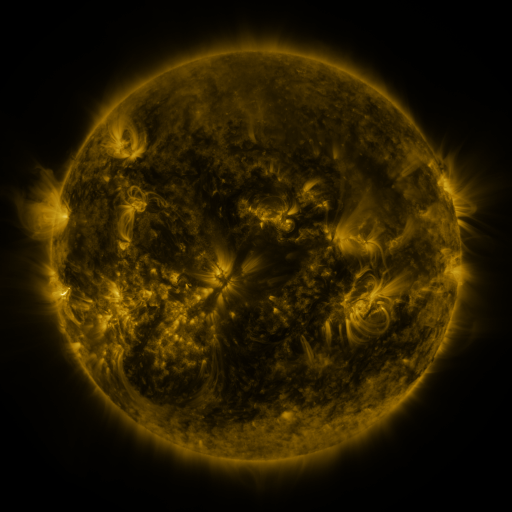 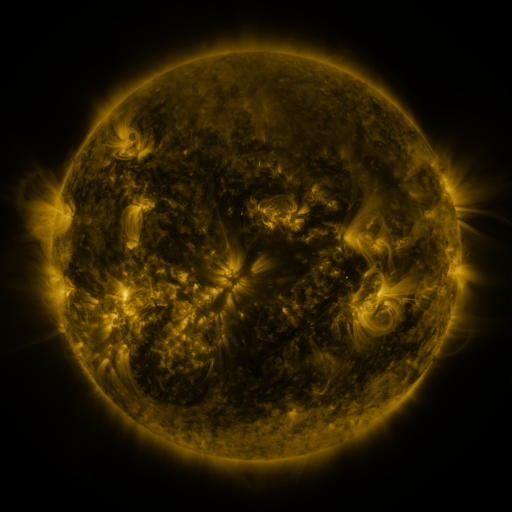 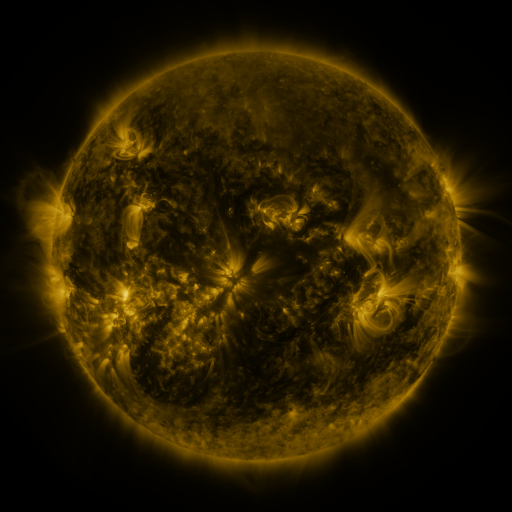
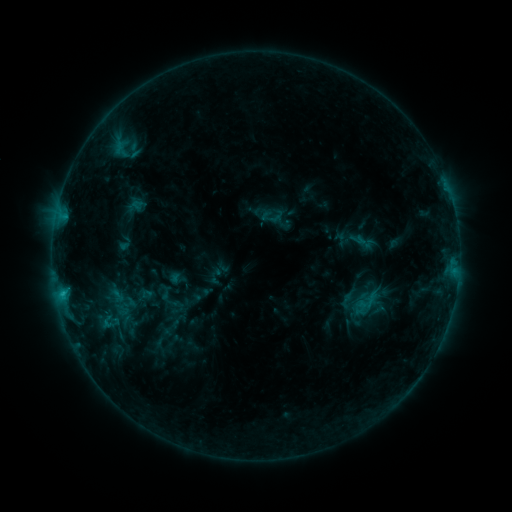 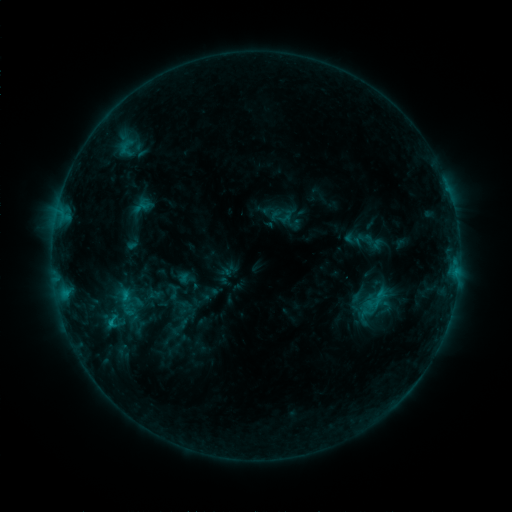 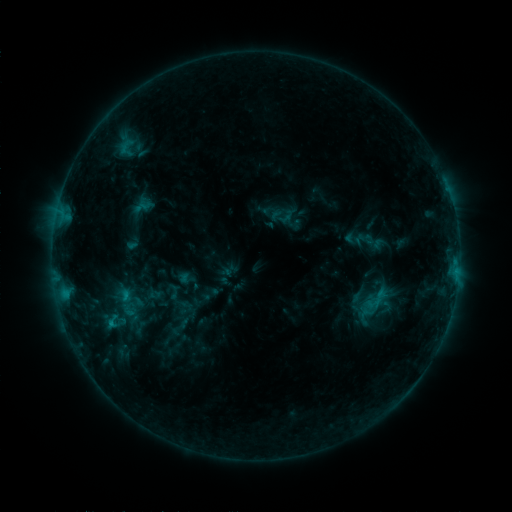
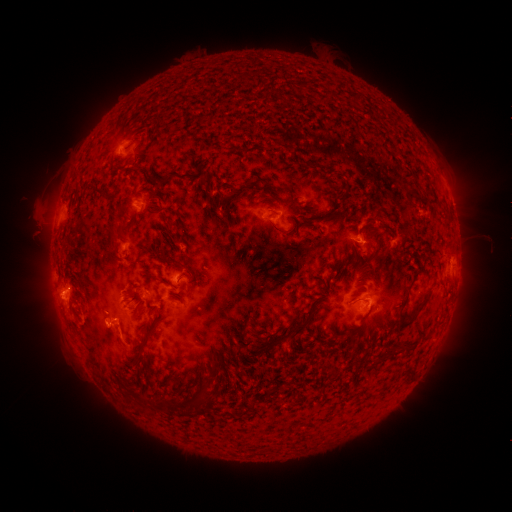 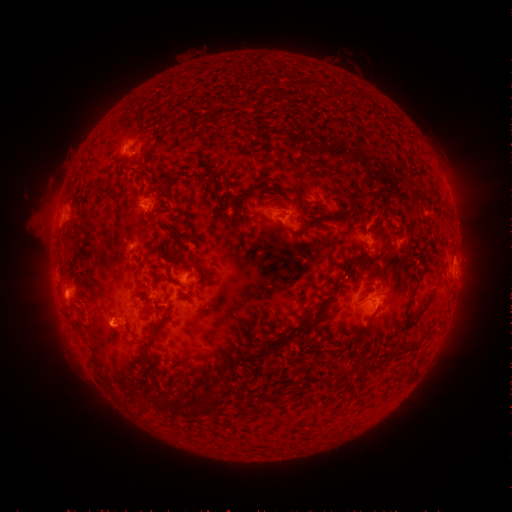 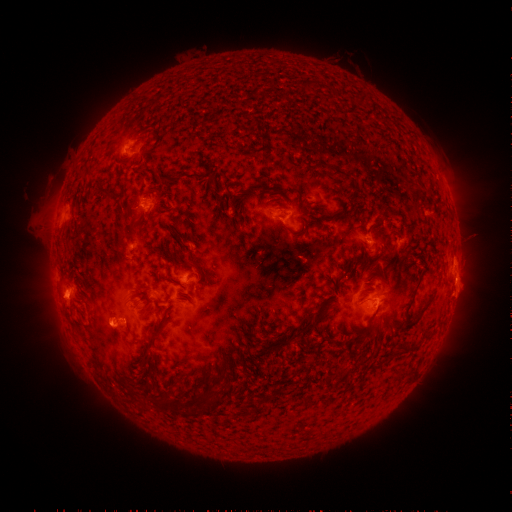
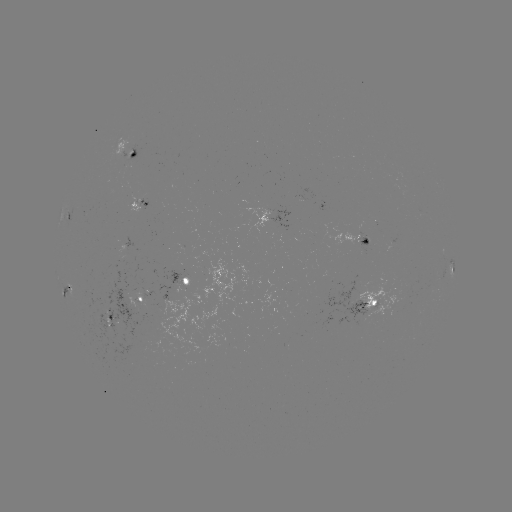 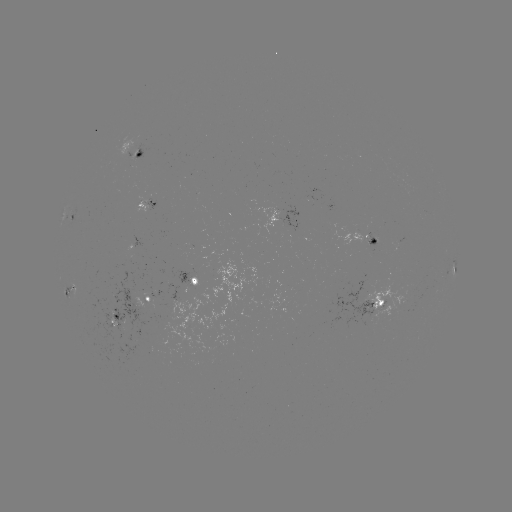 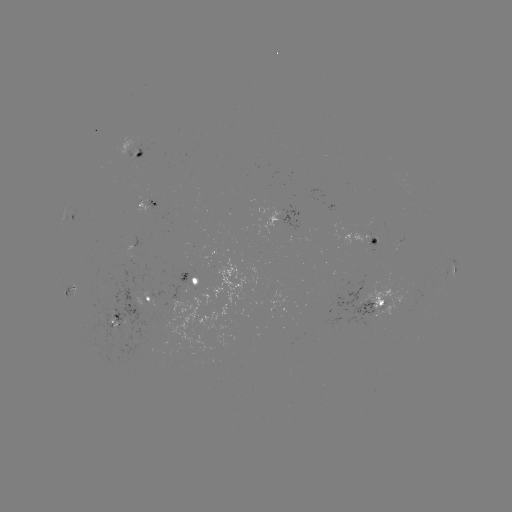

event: emerging-flux region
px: (154, 199)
